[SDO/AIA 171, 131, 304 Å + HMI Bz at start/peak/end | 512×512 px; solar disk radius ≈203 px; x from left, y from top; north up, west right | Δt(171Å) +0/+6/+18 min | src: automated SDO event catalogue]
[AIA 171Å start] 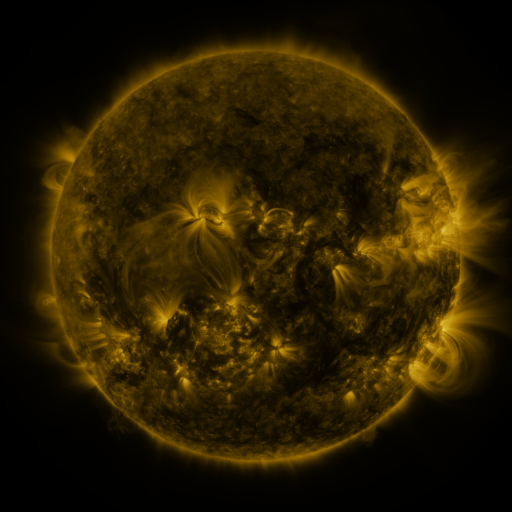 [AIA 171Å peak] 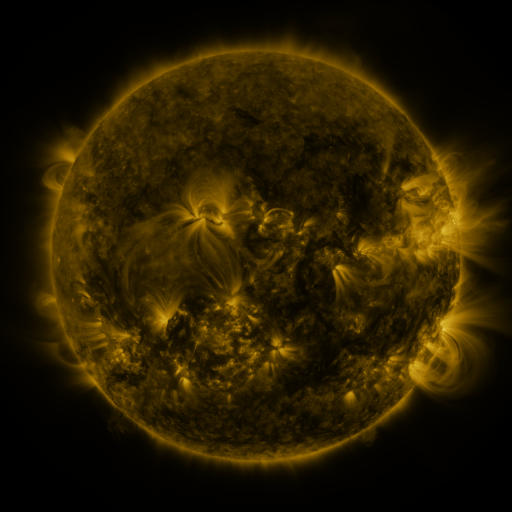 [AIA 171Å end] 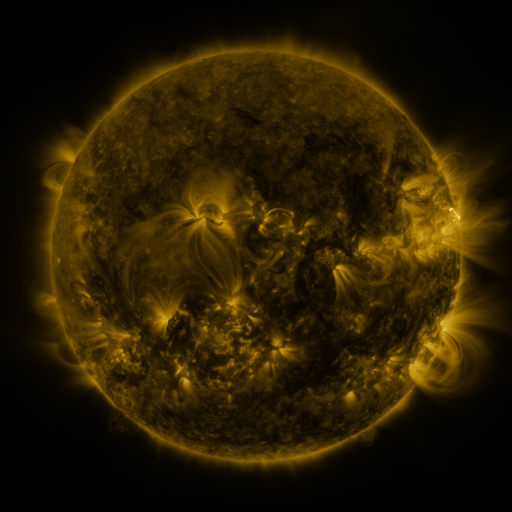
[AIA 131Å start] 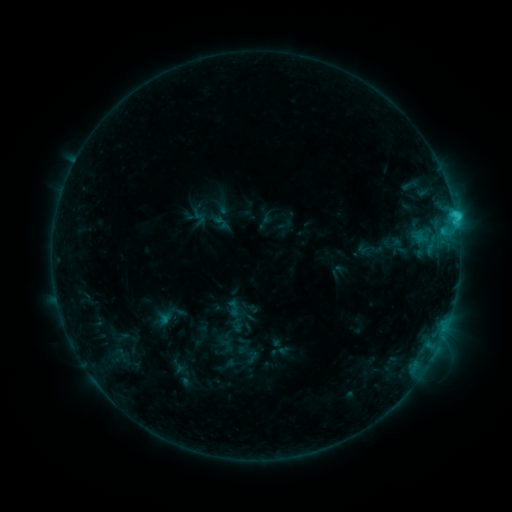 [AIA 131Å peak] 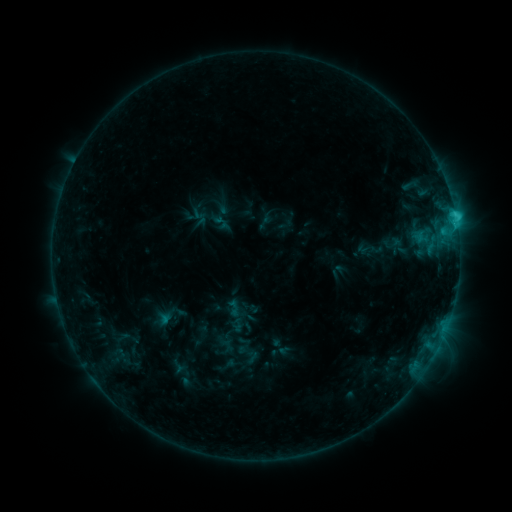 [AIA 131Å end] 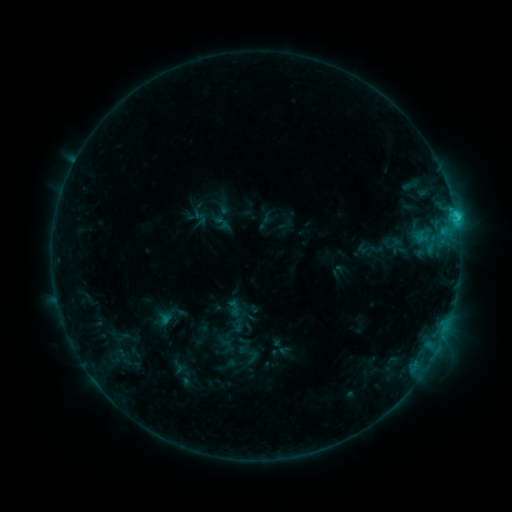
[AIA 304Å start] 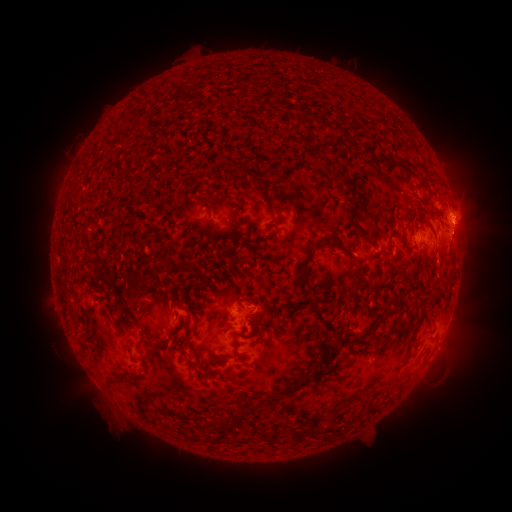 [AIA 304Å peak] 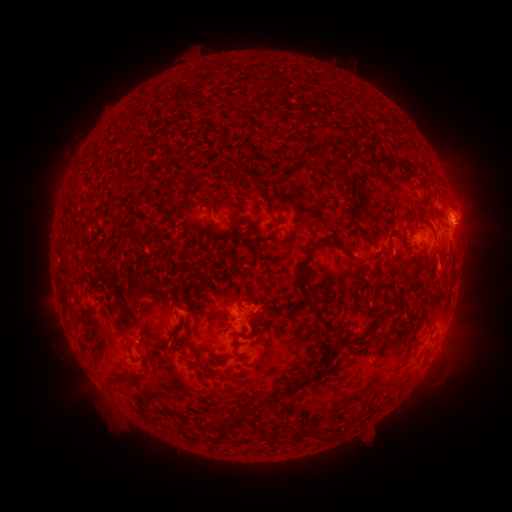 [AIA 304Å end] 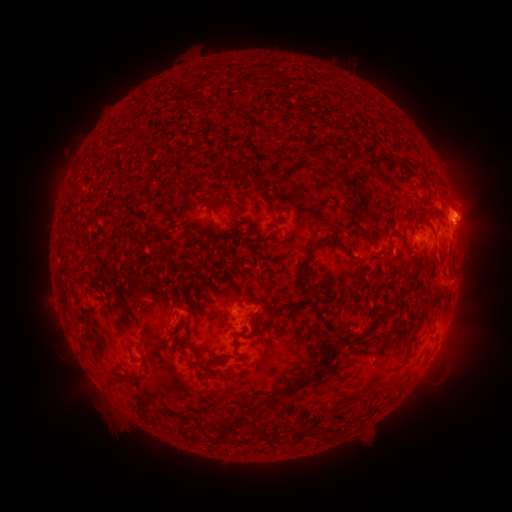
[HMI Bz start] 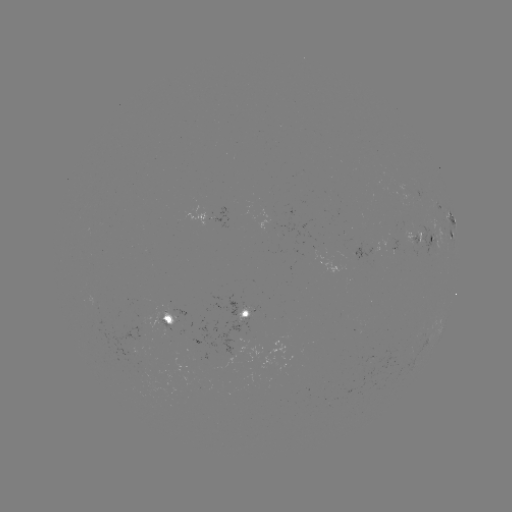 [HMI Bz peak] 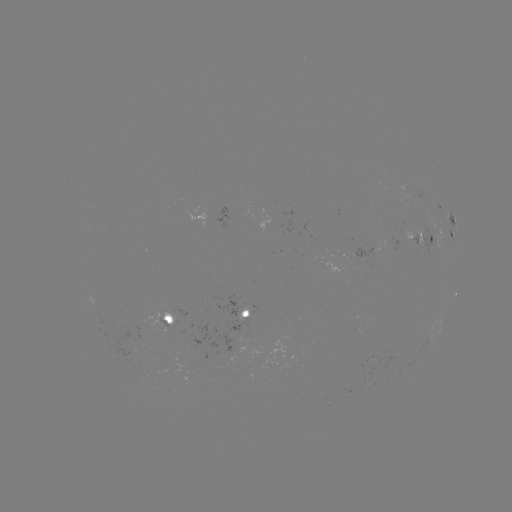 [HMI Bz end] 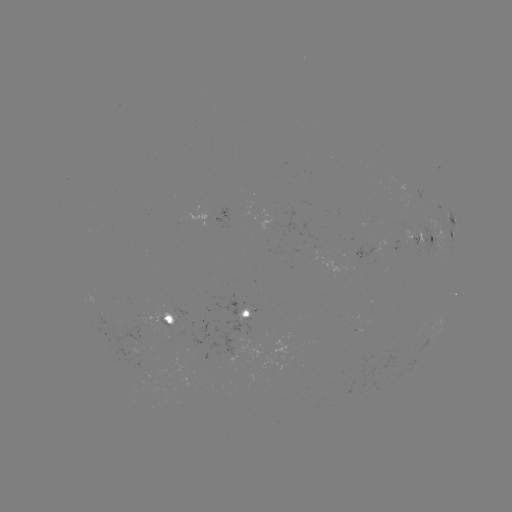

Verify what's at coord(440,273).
eruption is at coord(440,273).